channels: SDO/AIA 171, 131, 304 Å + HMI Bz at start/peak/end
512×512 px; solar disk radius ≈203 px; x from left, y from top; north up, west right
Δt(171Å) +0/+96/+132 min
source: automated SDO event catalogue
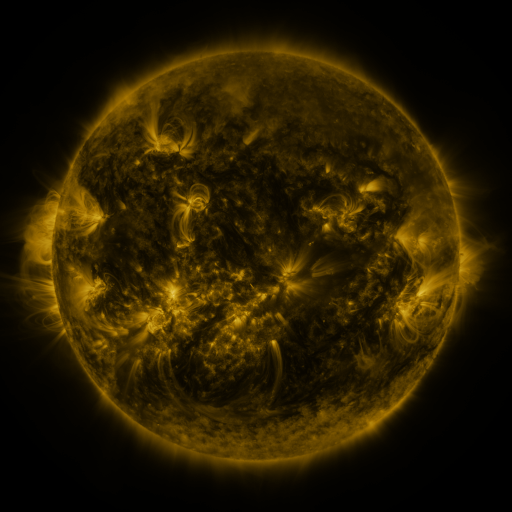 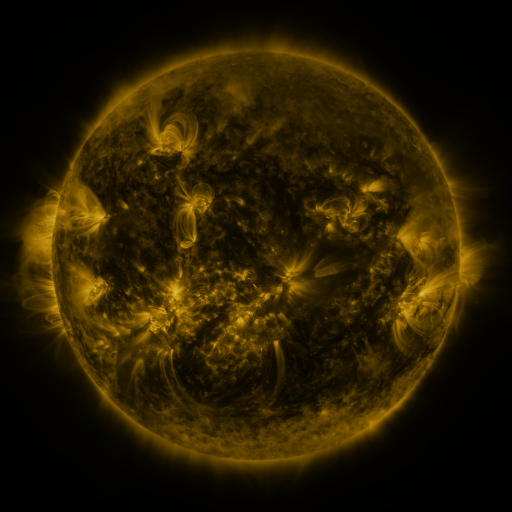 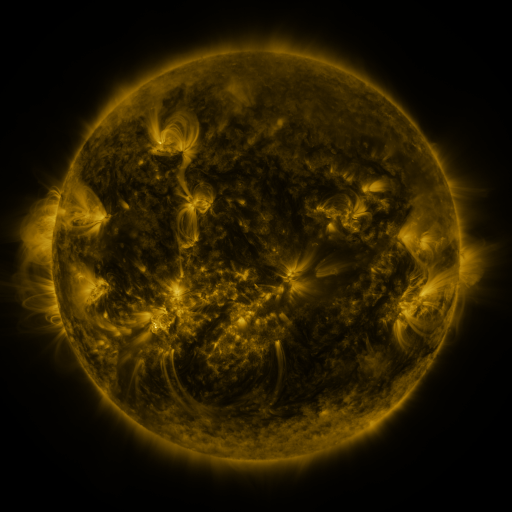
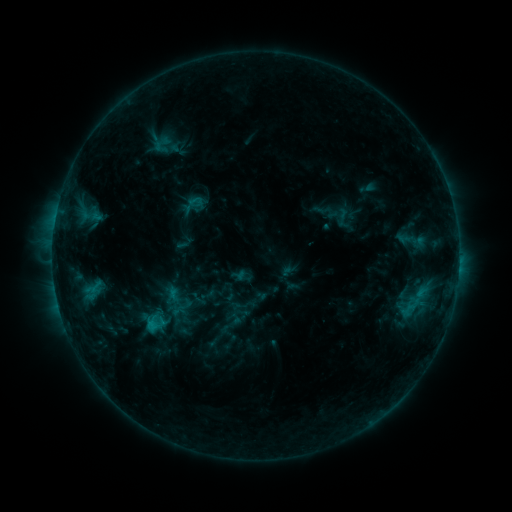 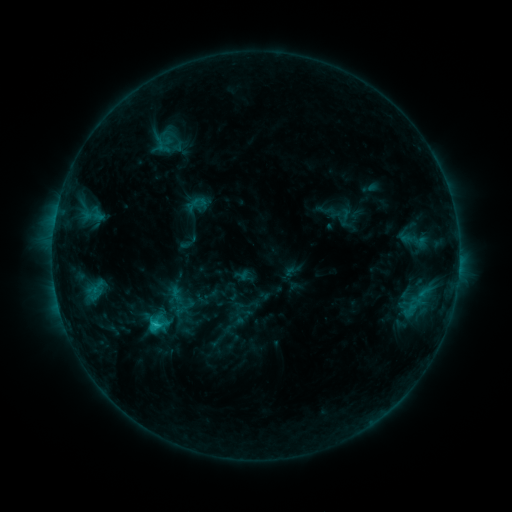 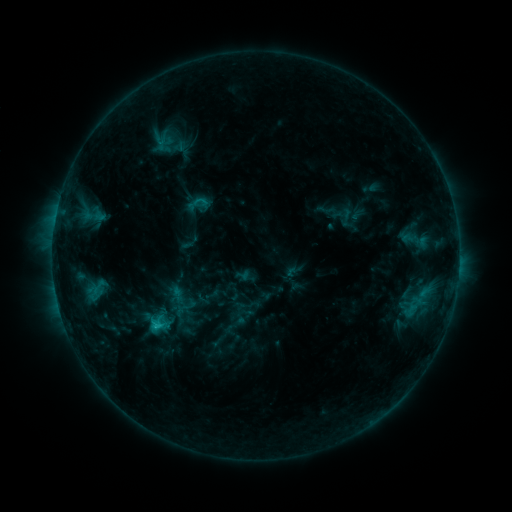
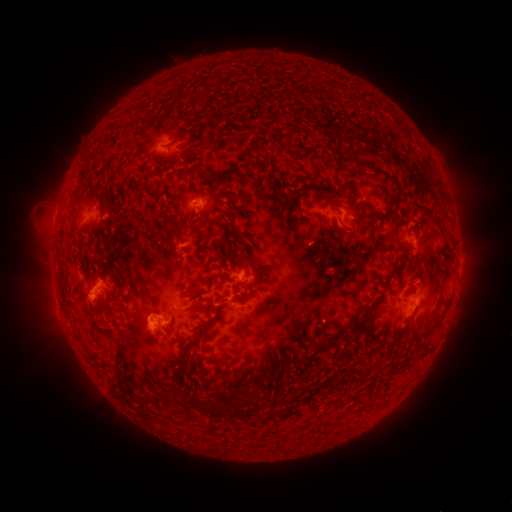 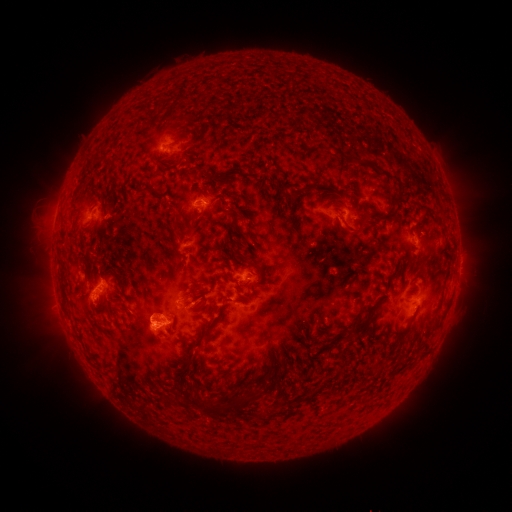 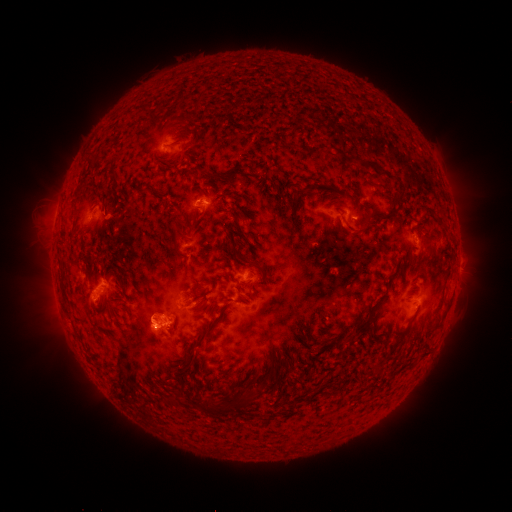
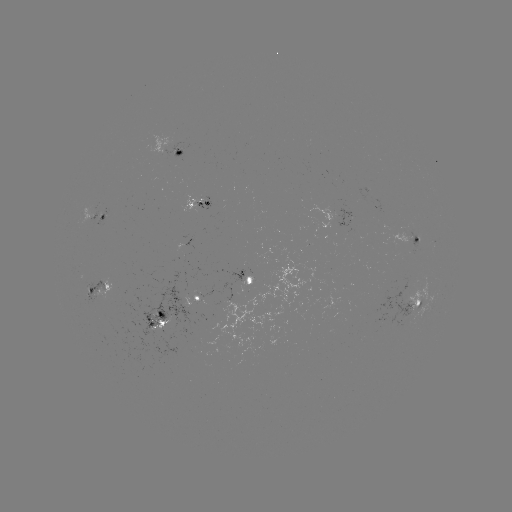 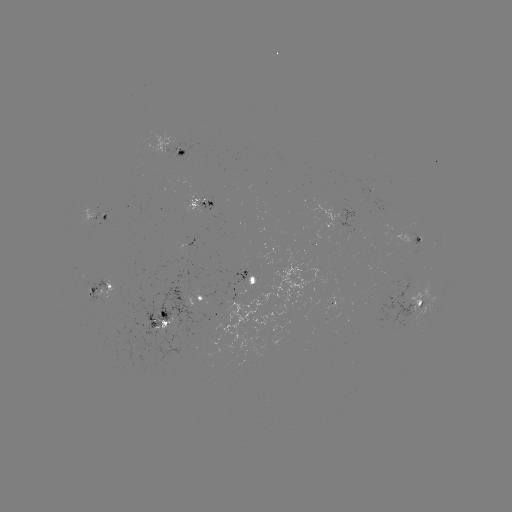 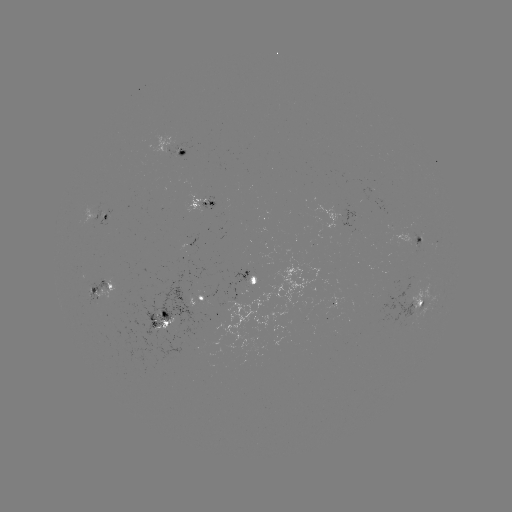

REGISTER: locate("emerging-flux region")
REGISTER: [204, 307]